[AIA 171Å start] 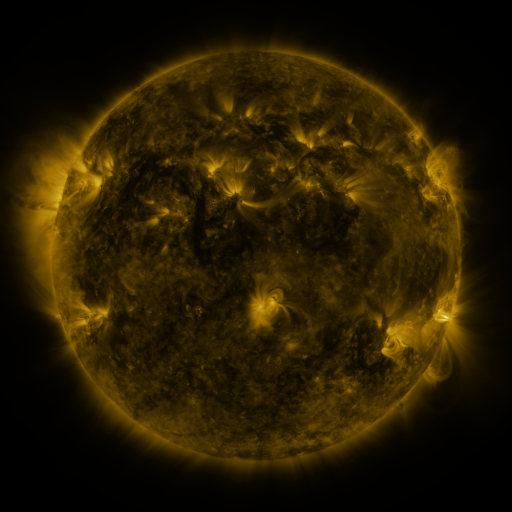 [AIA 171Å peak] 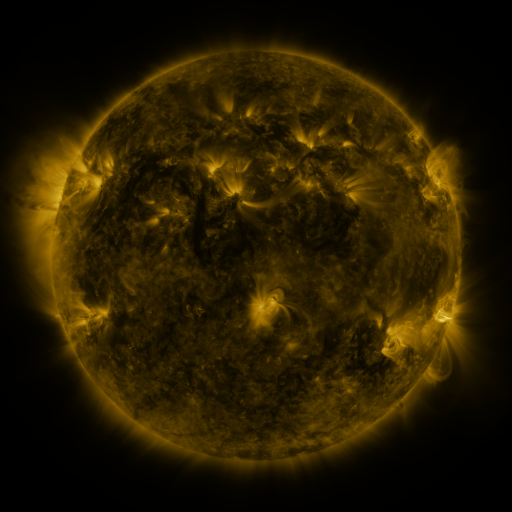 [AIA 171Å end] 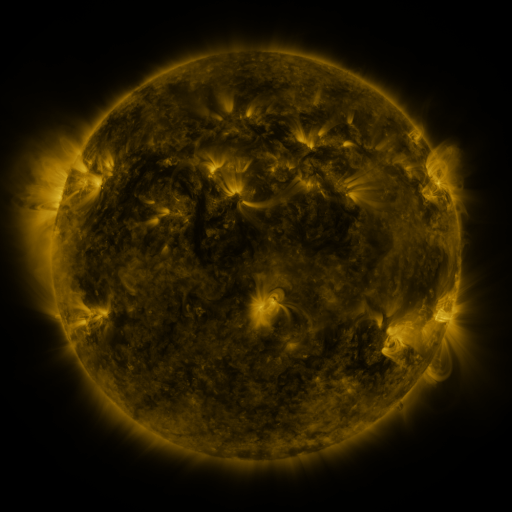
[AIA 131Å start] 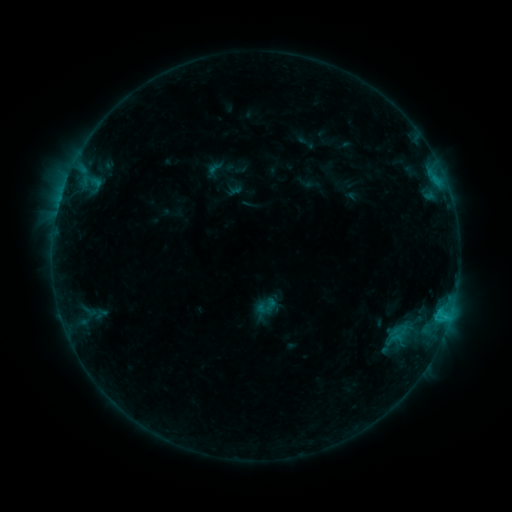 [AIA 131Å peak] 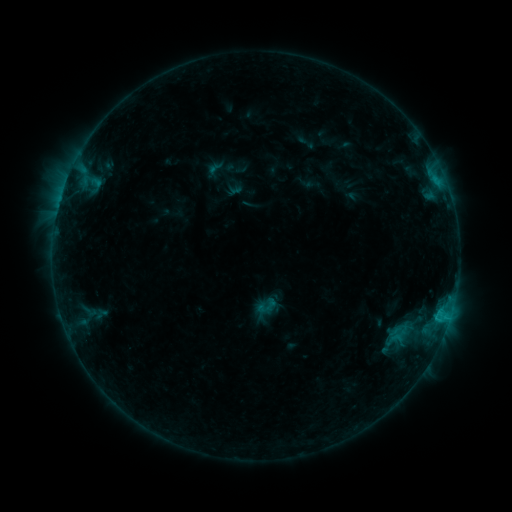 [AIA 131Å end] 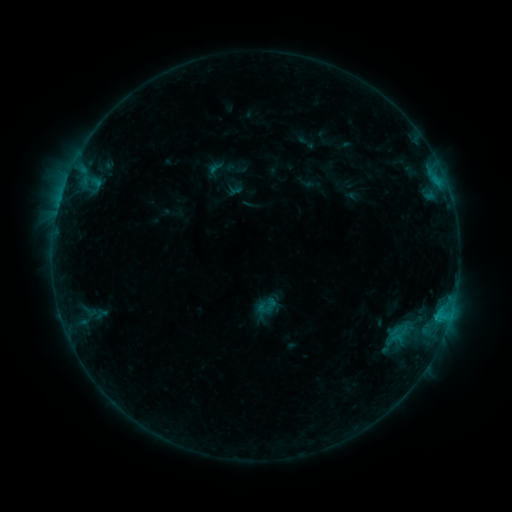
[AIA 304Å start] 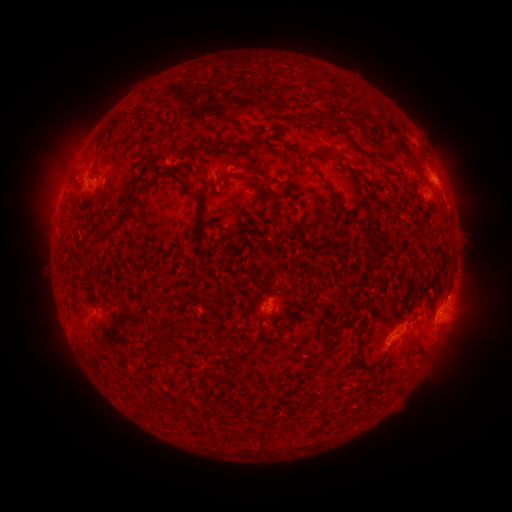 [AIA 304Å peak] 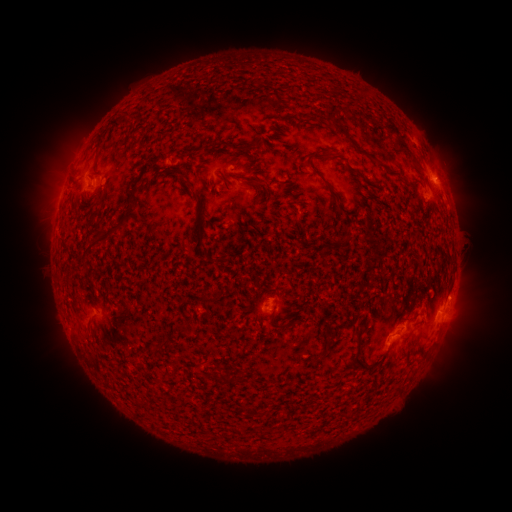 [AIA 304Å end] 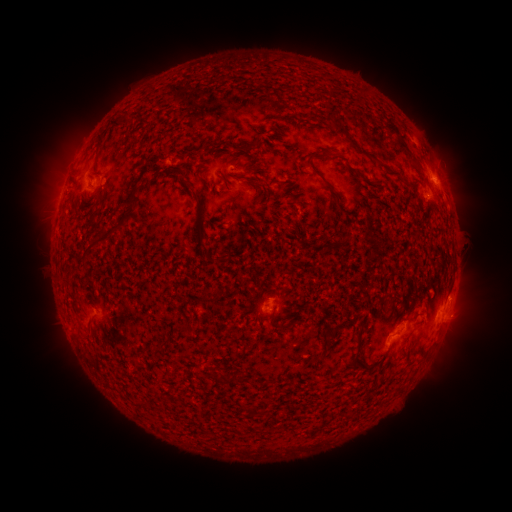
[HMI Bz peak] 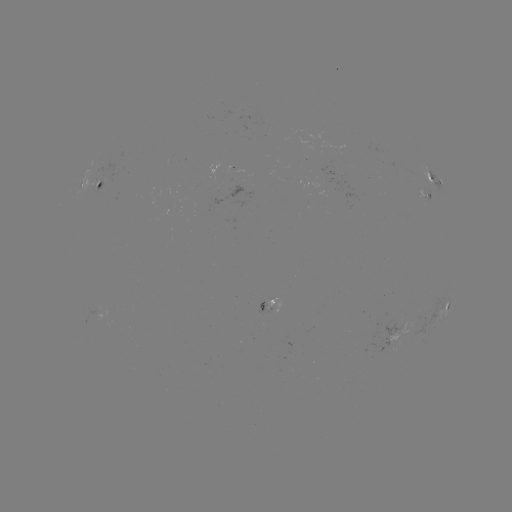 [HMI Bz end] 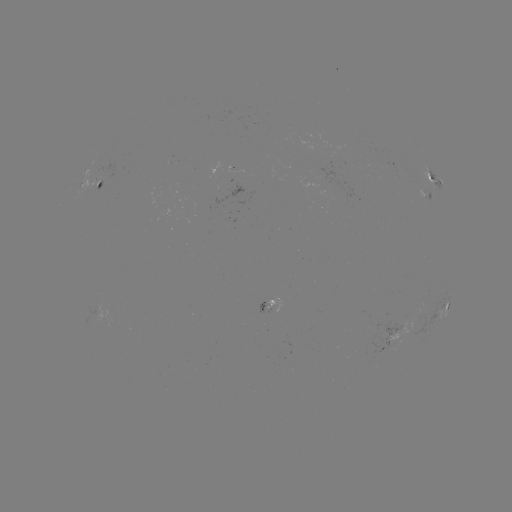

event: eruption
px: (465, 296)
